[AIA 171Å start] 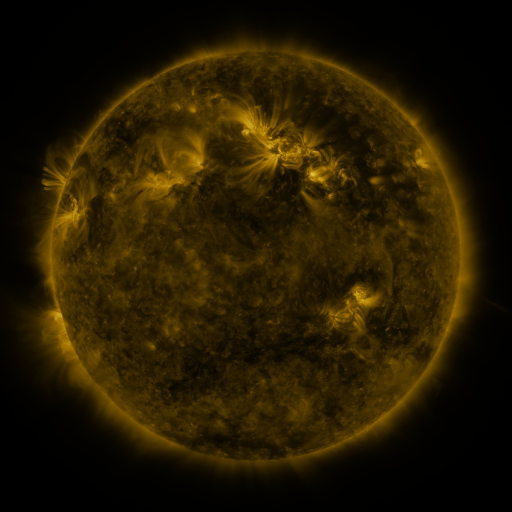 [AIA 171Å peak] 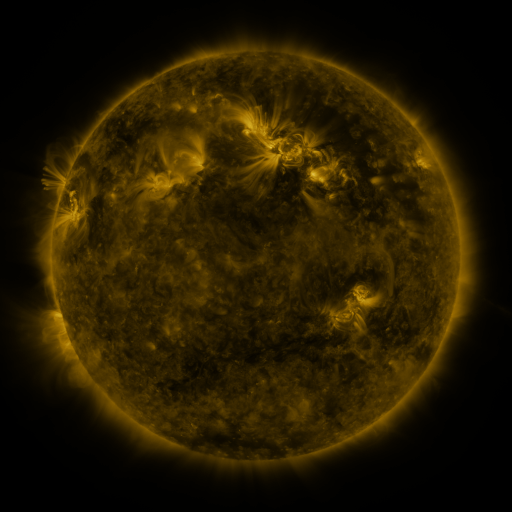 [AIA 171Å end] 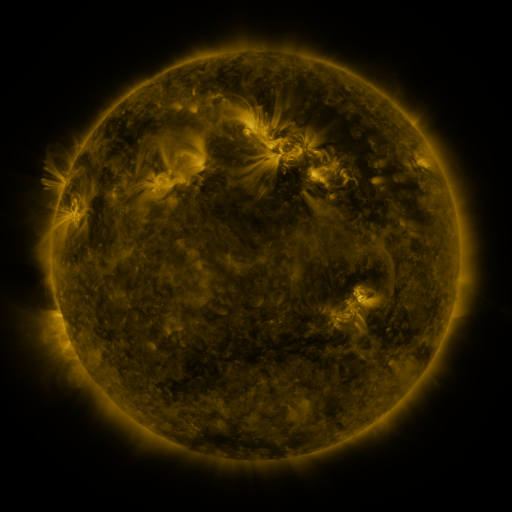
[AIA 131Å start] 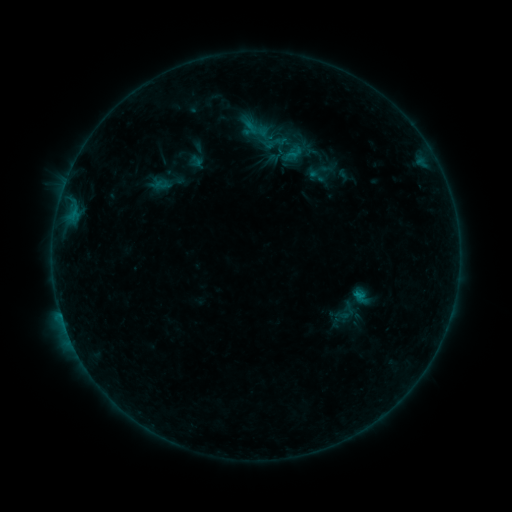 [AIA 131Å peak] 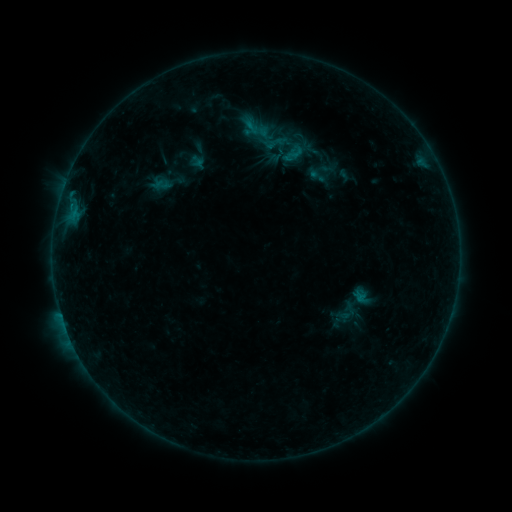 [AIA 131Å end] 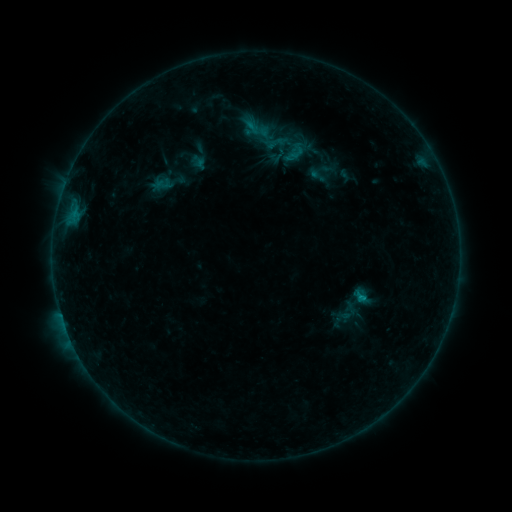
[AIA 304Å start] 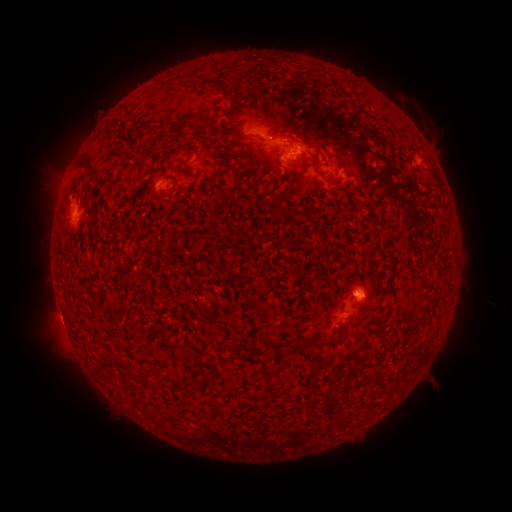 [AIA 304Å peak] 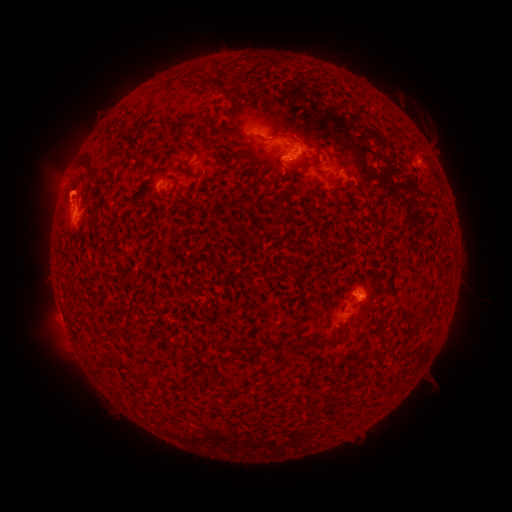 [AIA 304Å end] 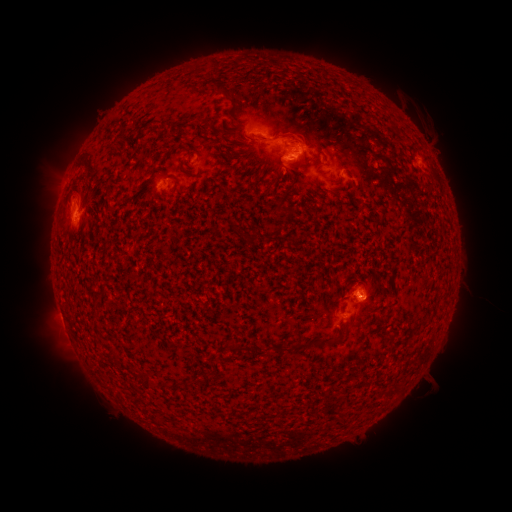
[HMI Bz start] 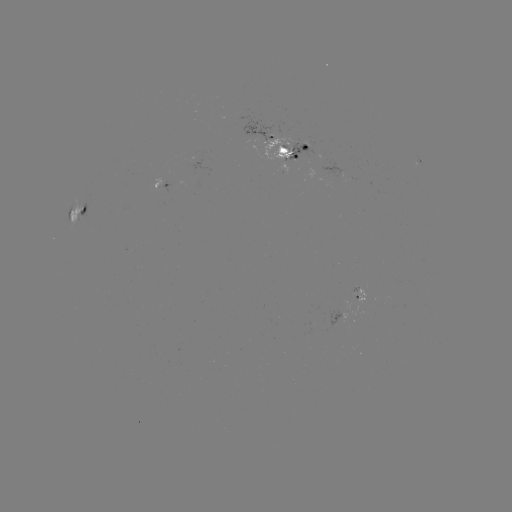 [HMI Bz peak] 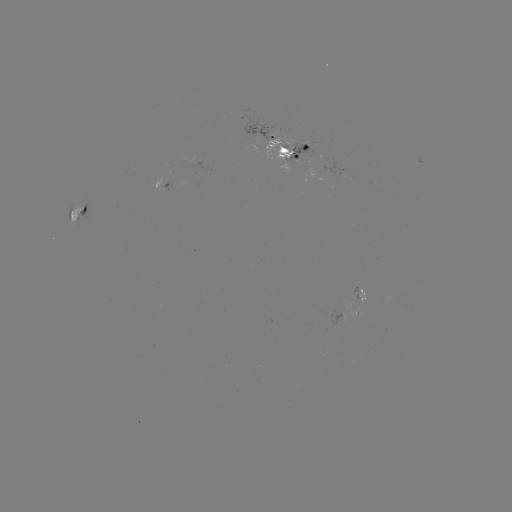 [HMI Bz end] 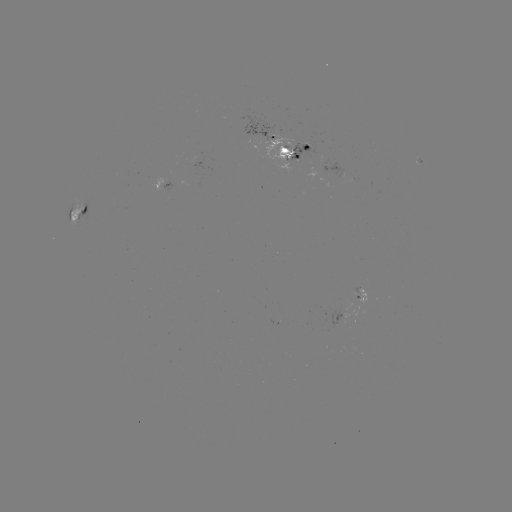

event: emerging-flux region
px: (283, 154)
